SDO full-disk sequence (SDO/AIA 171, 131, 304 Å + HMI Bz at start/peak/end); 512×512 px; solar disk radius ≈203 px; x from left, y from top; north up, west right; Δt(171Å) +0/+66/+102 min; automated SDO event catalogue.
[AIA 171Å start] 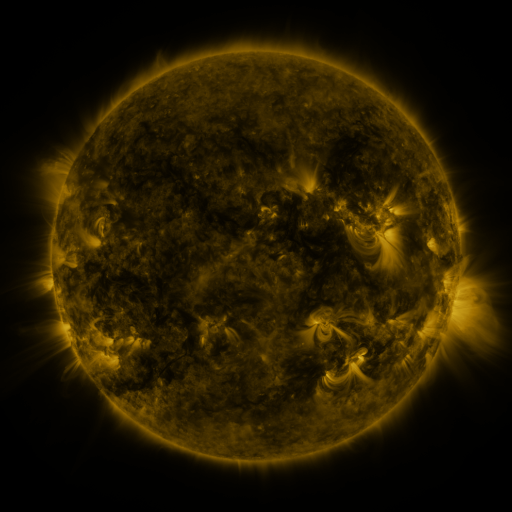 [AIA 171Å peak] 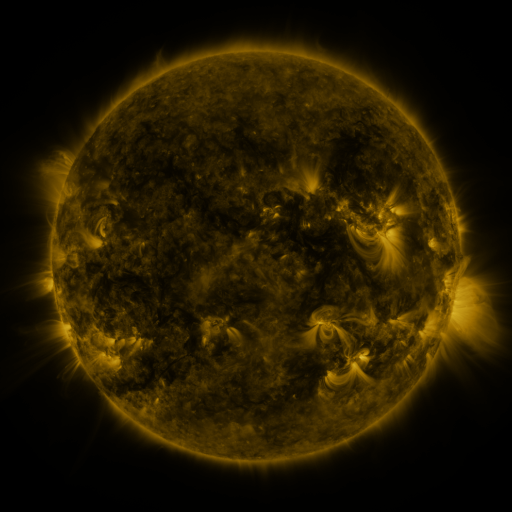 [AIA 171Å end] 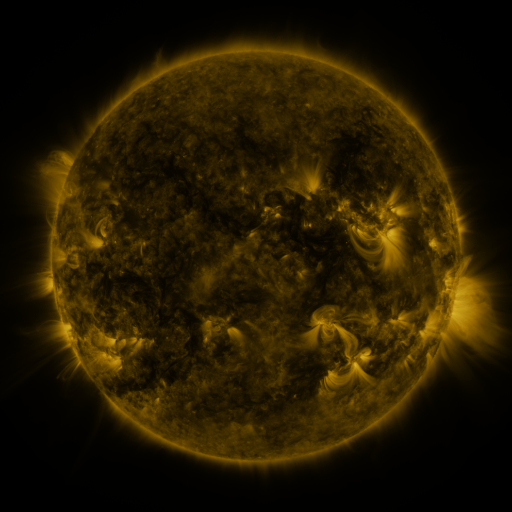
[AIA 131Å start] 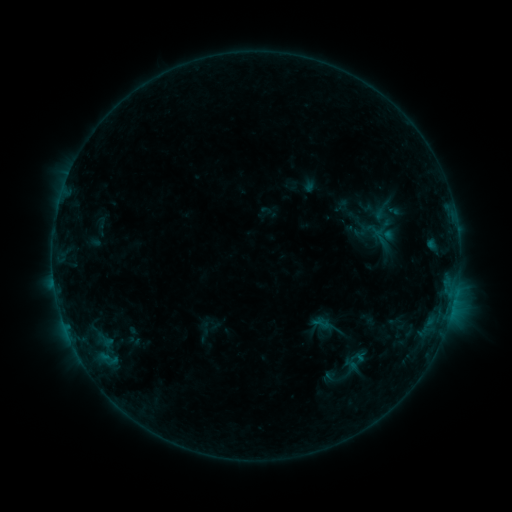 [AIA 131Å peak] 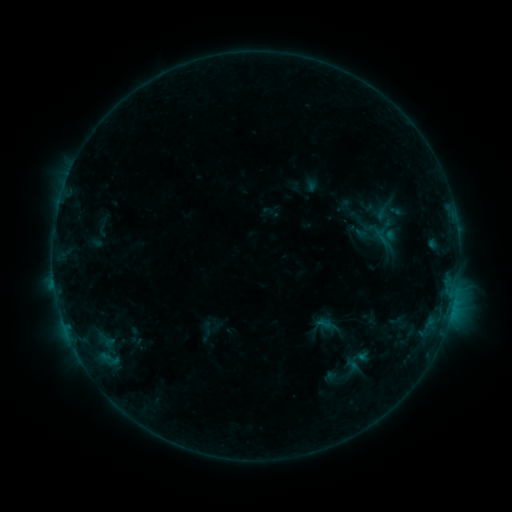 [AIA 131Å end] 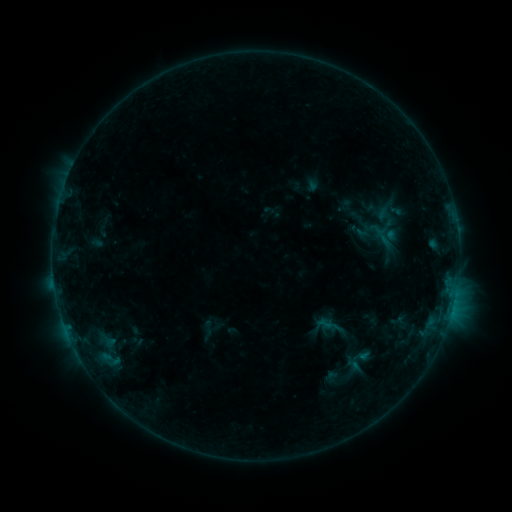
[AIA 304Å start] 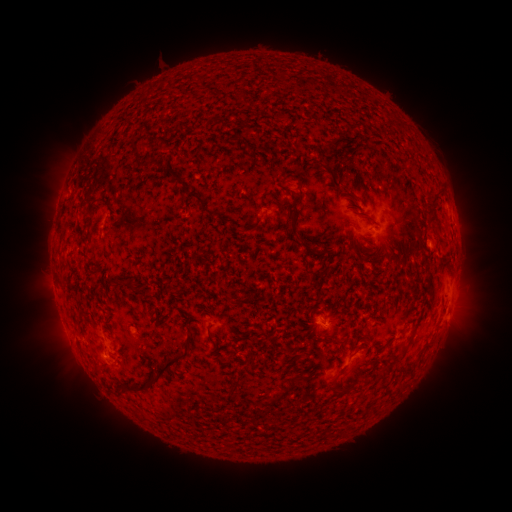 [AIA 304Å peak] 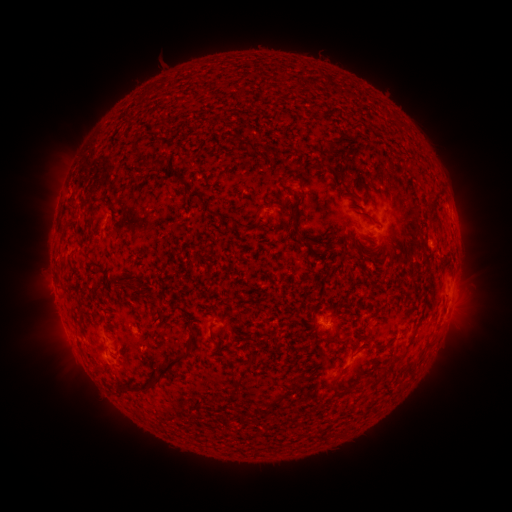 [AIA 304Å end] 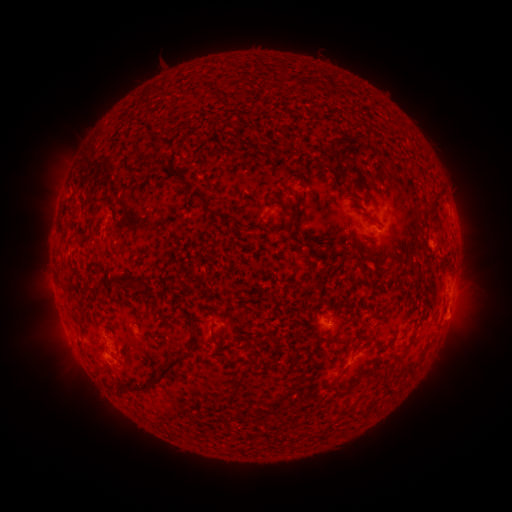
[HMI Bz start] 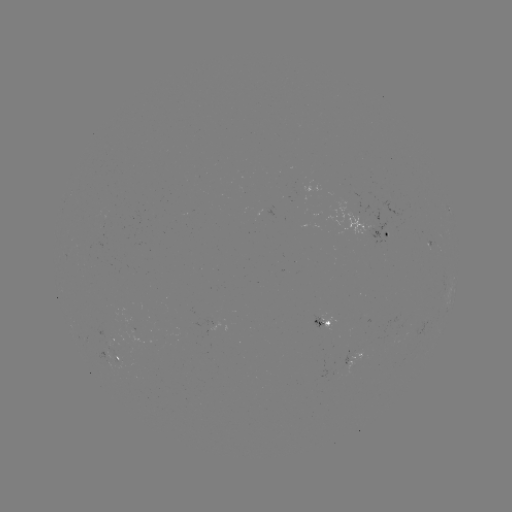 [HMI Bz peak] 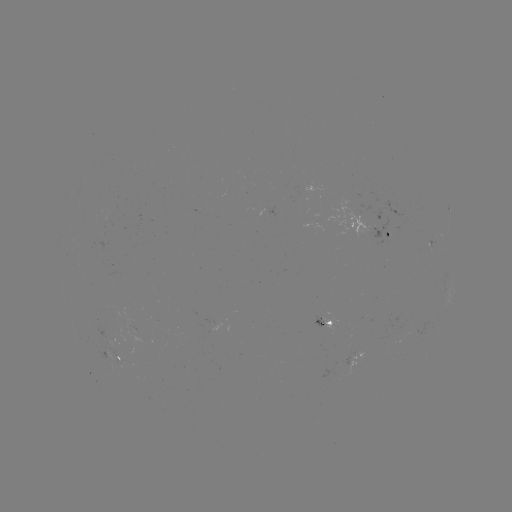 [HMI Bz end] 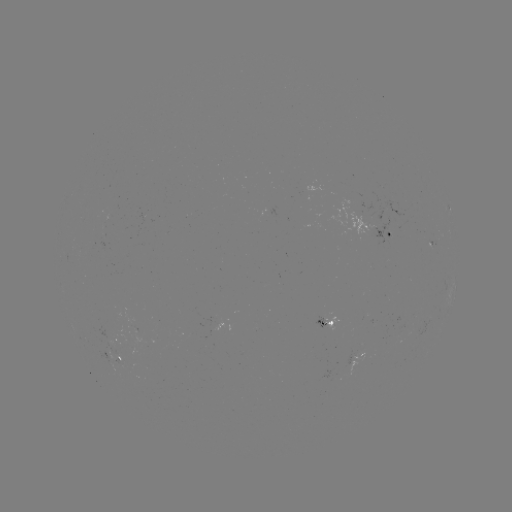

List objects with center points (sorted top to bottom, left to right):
emerging-flux region: (118, 358)
